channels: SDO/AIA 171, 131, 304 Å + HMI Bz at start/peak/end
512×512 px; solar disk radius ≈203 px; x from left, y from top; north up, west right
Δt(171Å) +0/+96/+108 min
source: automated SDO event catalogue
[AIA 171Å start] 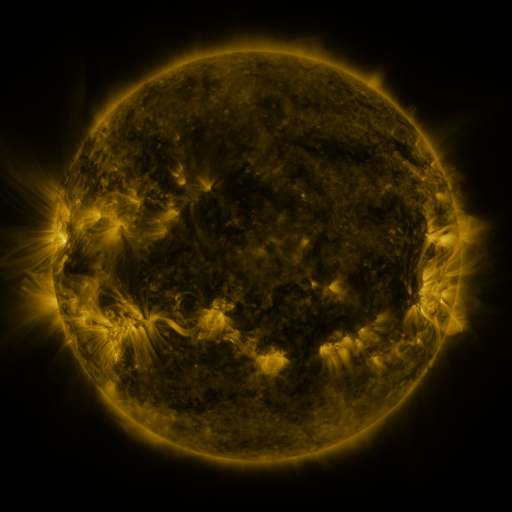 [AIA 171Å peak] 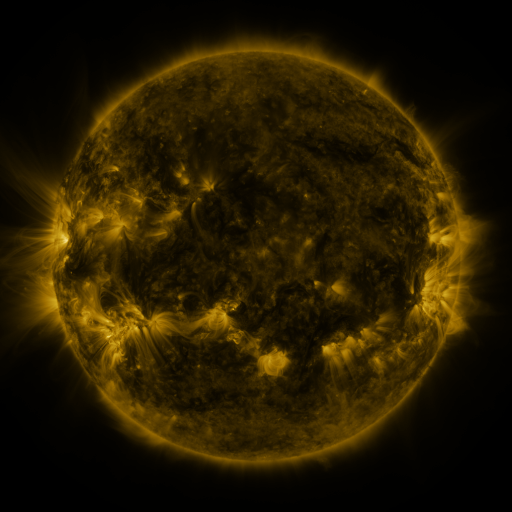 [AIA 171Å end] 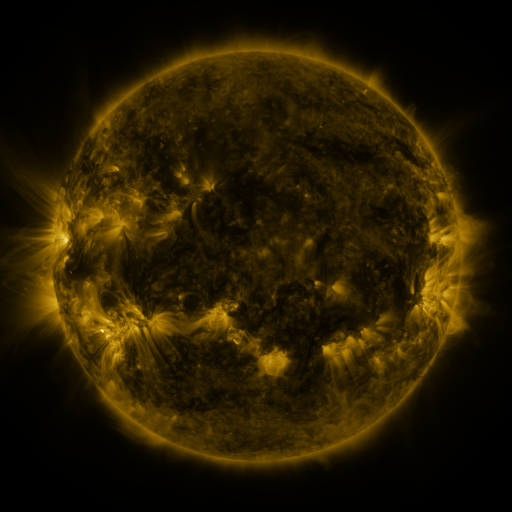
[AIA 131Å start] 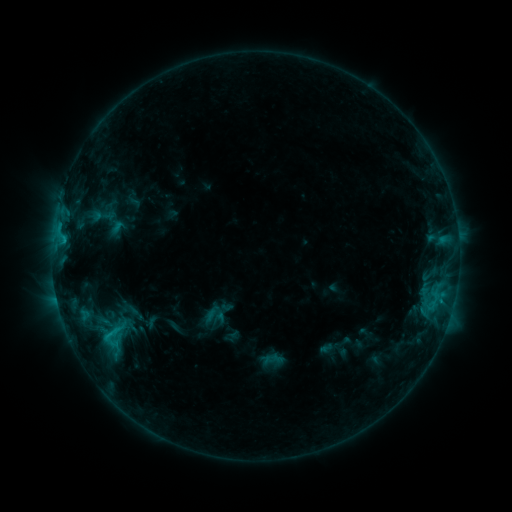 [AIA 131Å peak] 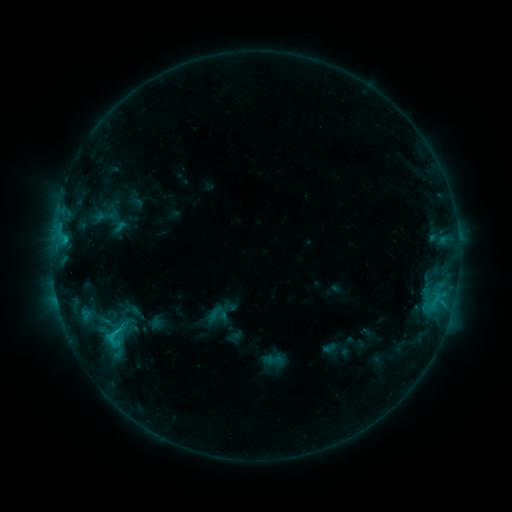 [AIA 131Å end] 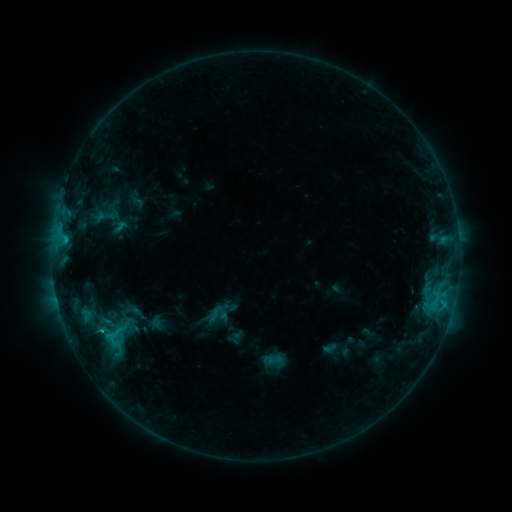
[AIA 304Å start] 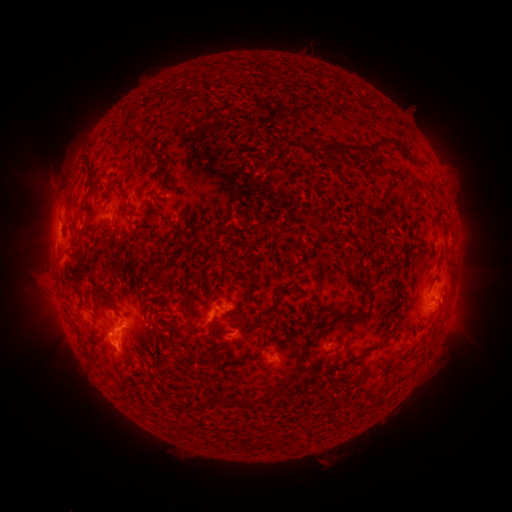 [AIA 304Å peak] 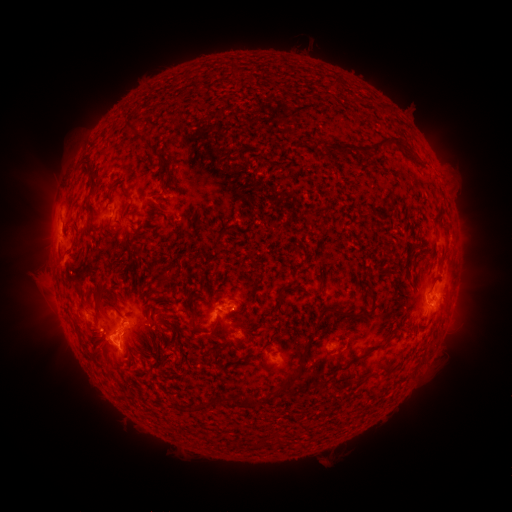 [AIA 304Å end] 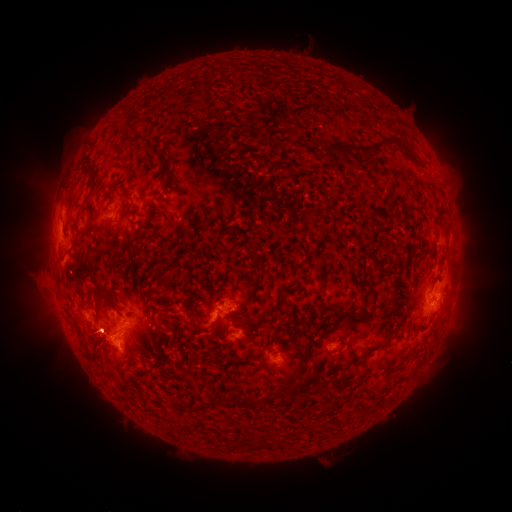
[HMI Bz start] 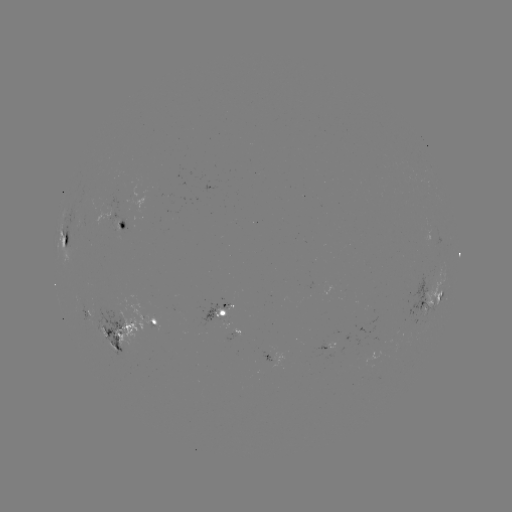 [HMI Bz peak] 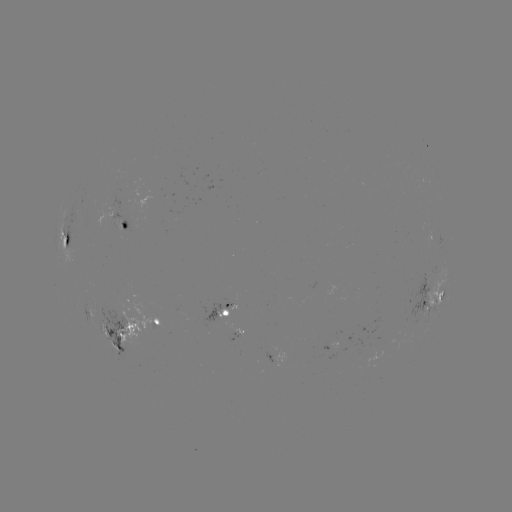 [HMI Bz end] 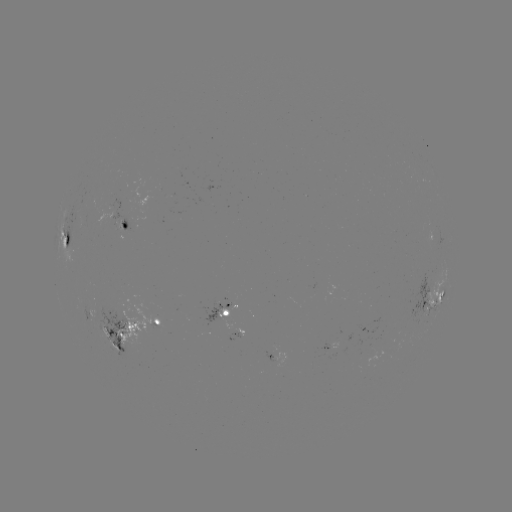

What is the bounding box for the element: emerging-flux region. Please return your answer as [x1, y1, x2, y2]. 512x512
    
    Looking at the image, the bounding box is [104, 340, 121, 352].